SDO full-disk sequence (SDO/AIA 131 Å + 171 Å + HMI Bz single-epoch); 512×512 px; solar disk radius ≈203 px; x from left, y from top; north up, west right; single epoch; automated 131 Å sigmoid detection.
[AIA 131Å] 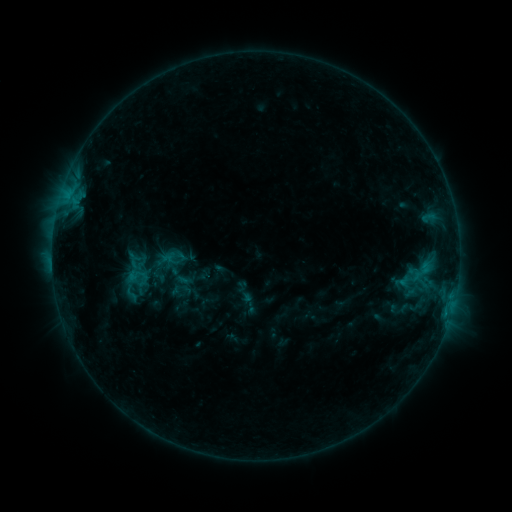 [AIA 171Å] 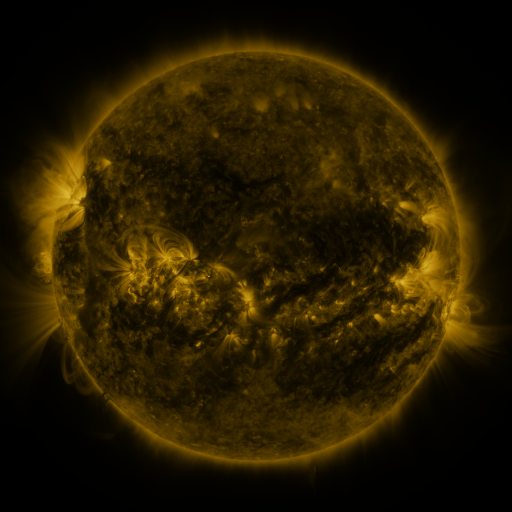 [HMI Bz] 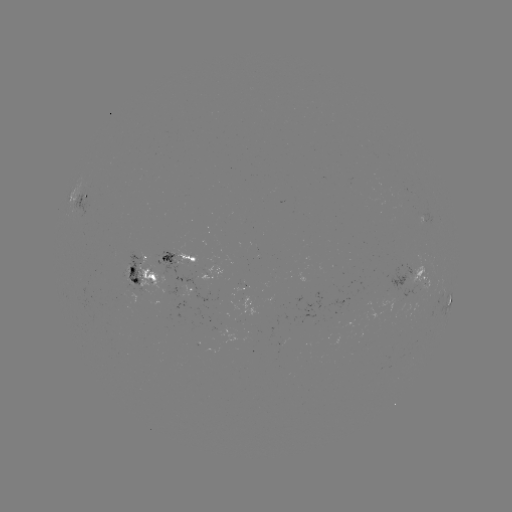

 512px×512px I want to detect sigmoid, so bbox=[142, 259, 165, 279].